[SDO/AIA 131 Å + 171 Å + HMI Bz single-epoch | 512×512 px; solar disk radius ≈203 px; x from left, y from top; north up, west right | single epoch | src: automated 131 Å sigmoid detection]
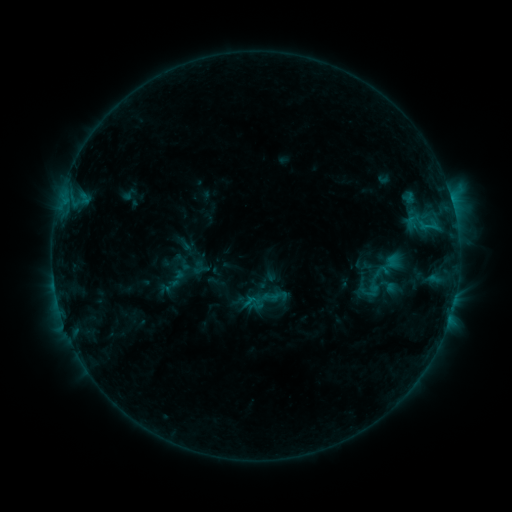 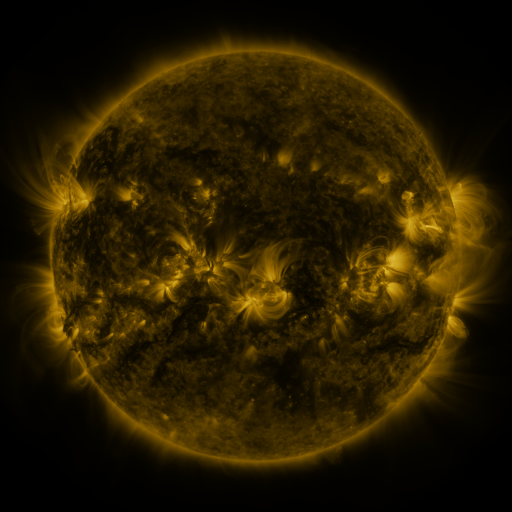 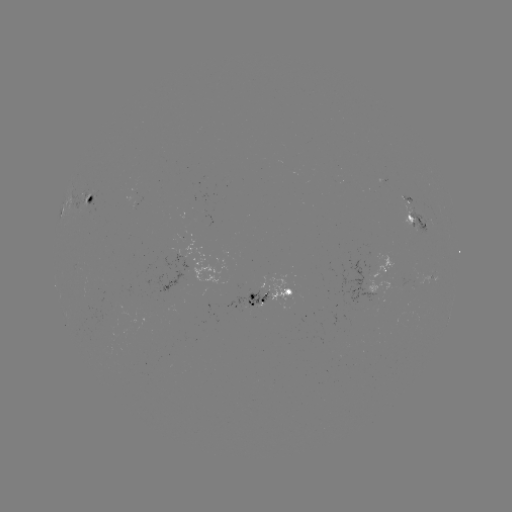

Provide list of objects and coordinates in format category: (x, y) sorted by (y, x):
sigmoid: (183, 261)
sigmoid: (370, 289)
sigmoid: (267, 299)
